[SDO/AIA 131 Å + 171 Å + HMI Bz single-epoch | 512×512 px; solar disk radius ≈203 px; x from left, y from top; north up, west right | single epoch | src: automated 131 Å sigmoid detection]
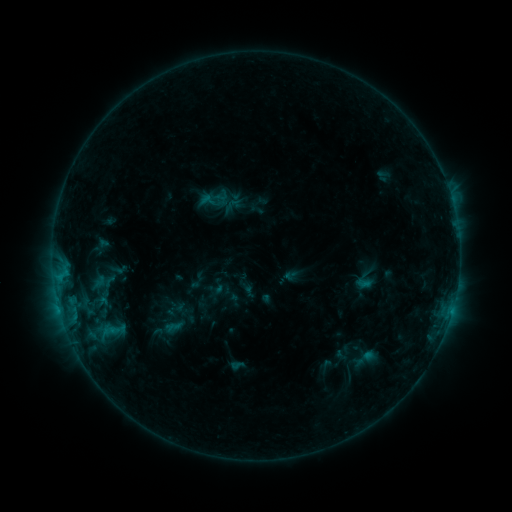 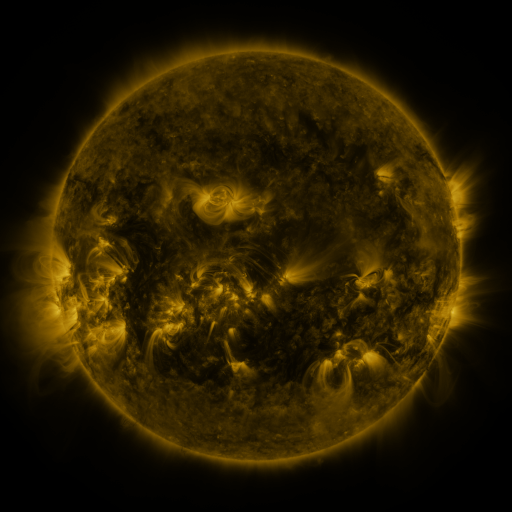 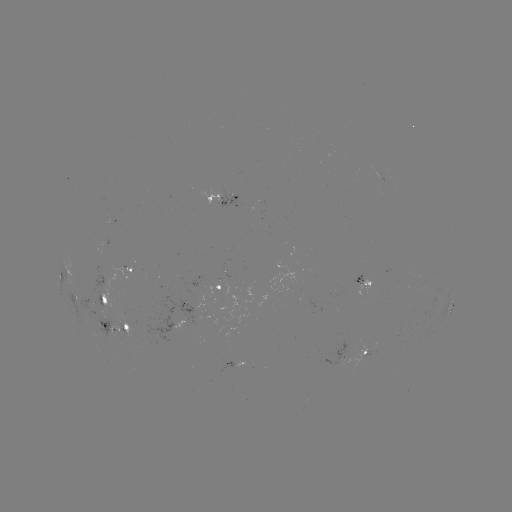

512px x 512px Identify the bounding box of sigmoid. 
[213, 187, 229, 204].